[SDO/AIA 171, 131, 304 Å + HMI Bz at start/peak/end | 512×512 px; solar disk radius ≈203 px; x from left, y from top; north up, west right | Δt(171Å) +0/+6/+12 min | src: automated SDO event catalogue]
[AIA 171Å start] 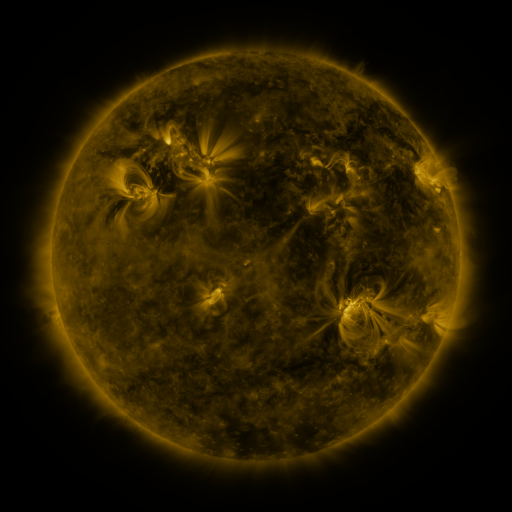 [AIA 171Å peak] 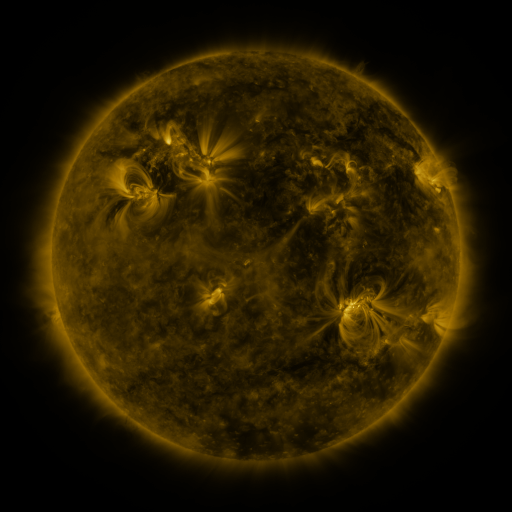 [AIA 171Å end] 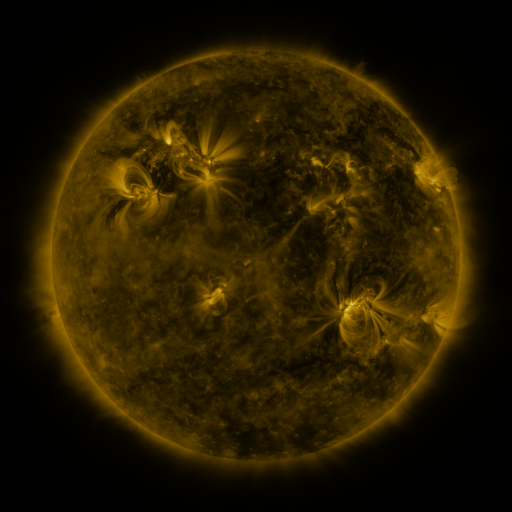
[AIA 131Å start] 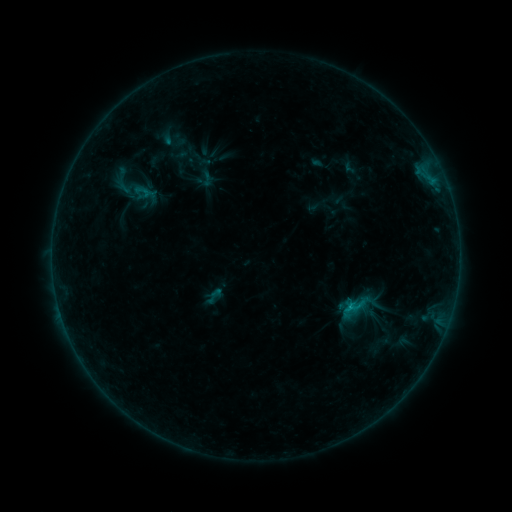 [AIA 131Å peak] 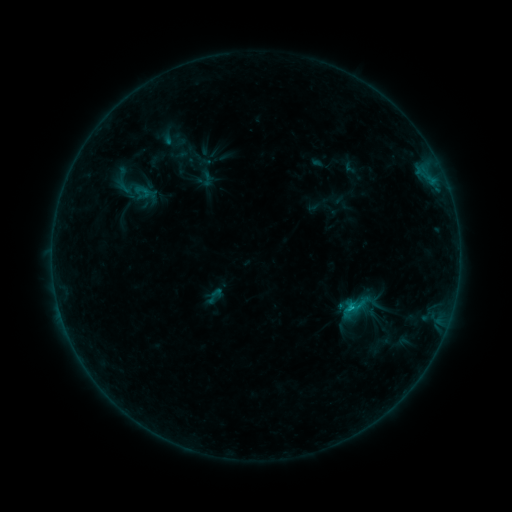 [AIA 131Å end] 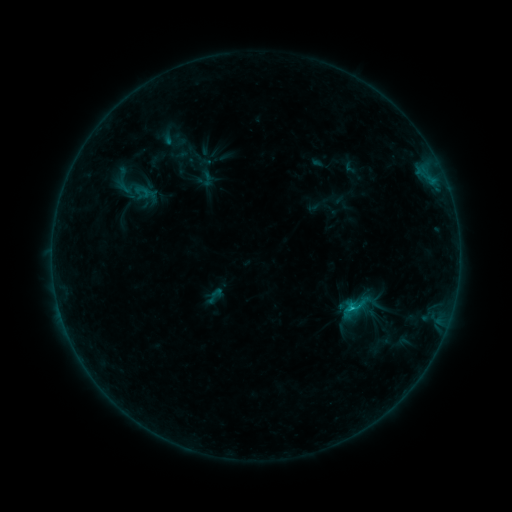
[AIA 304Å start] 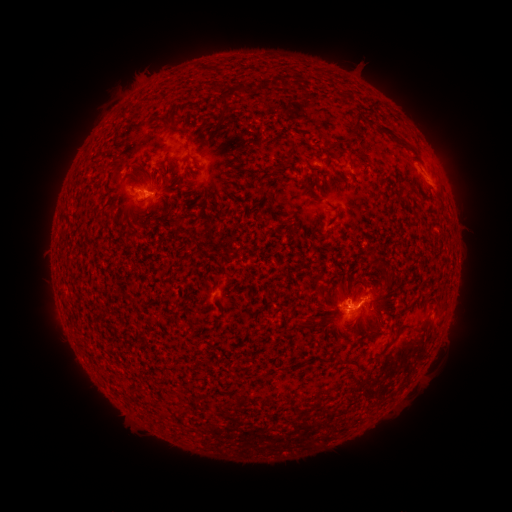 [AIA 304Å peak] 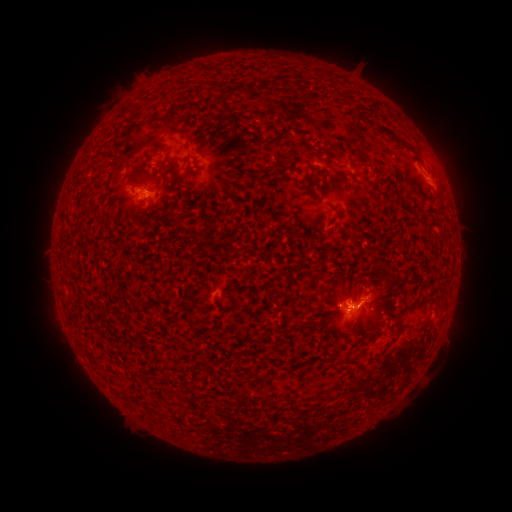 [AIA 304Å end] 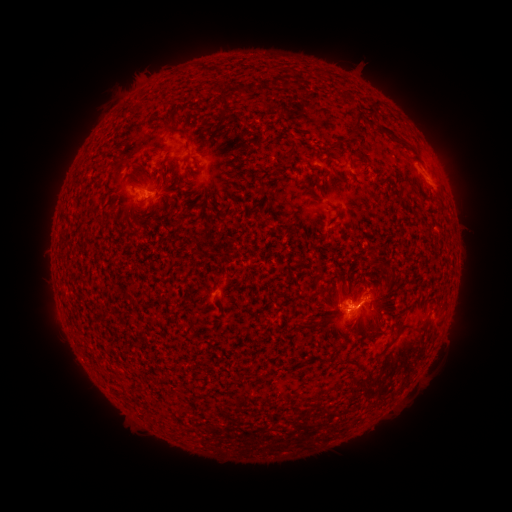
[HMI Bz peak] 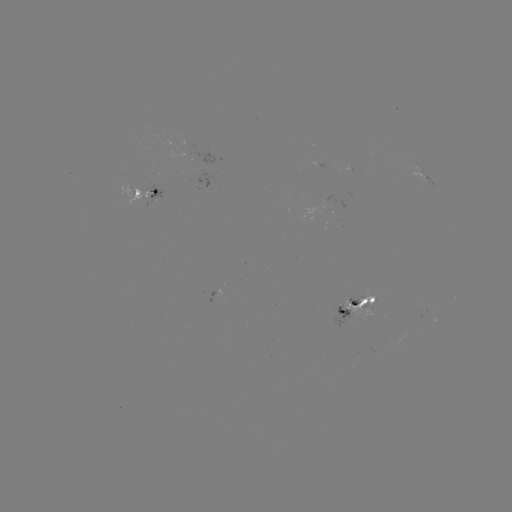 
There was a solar flare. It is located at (351, 305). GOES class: C1.0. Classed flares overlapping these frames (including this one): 2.